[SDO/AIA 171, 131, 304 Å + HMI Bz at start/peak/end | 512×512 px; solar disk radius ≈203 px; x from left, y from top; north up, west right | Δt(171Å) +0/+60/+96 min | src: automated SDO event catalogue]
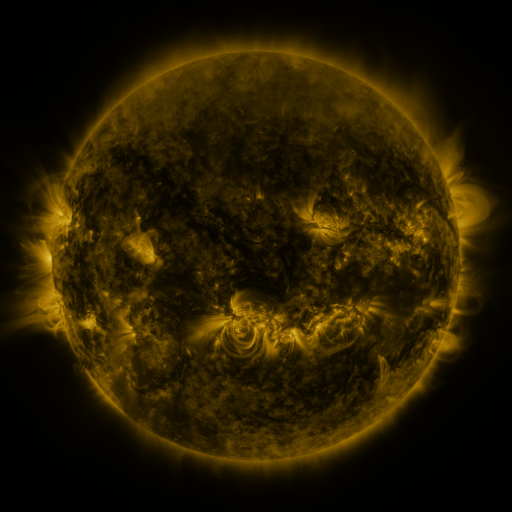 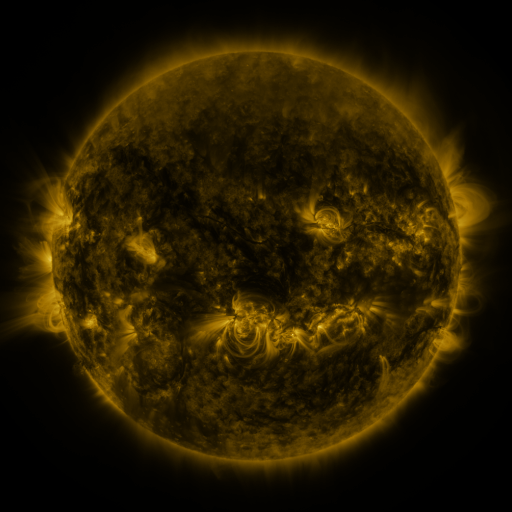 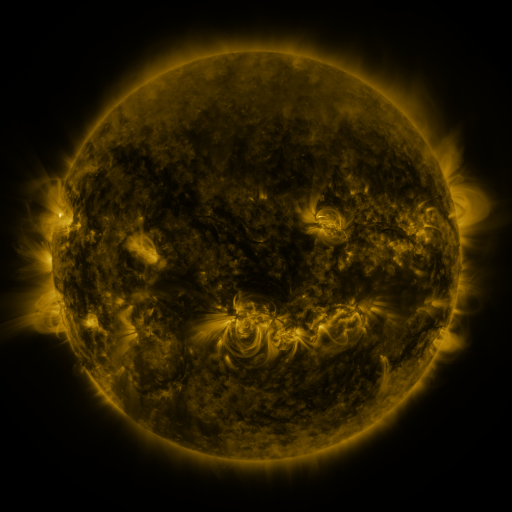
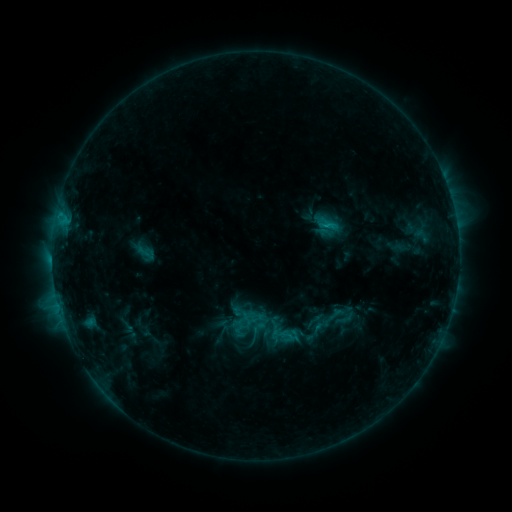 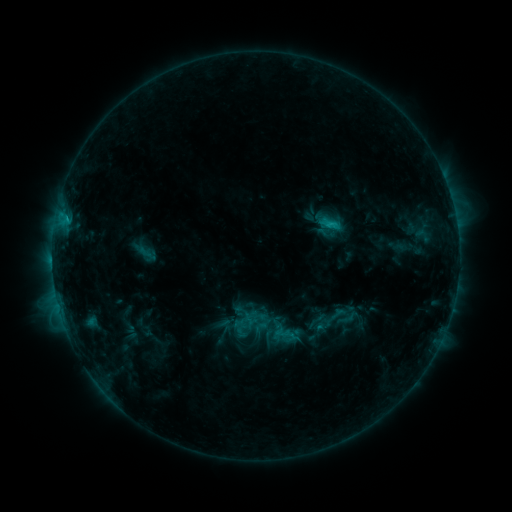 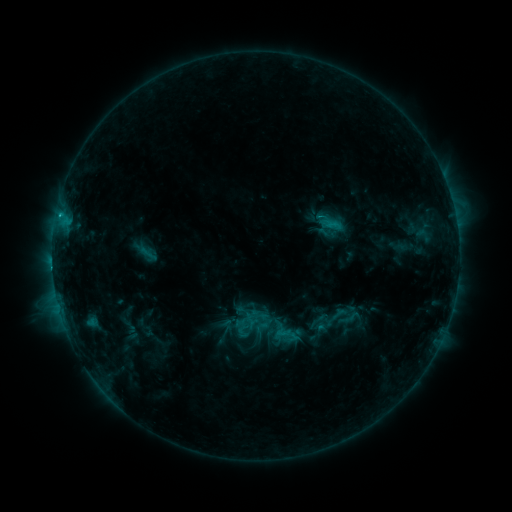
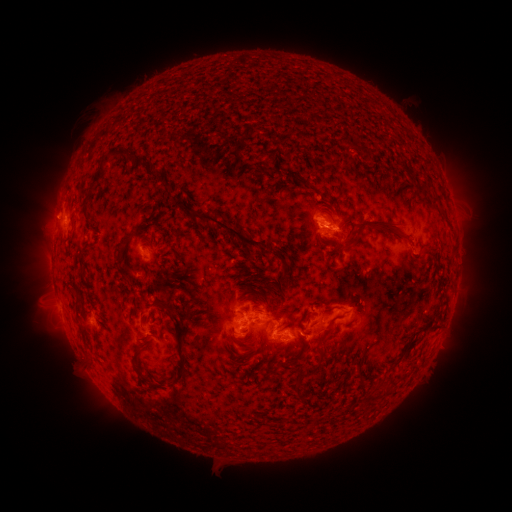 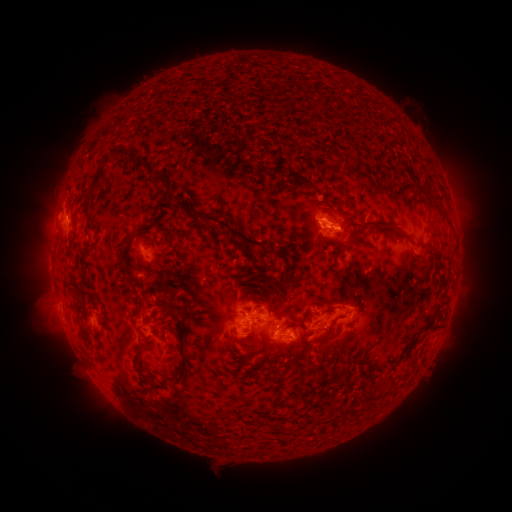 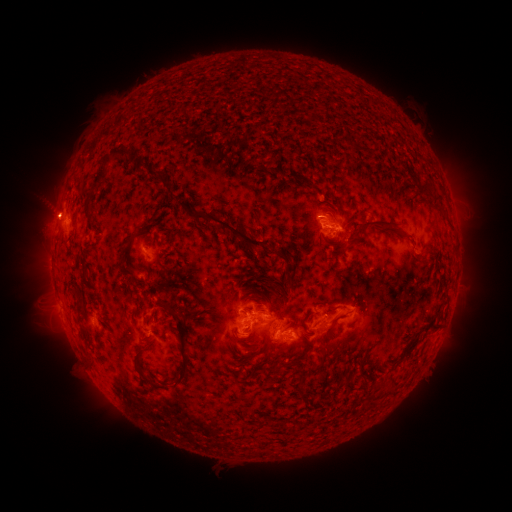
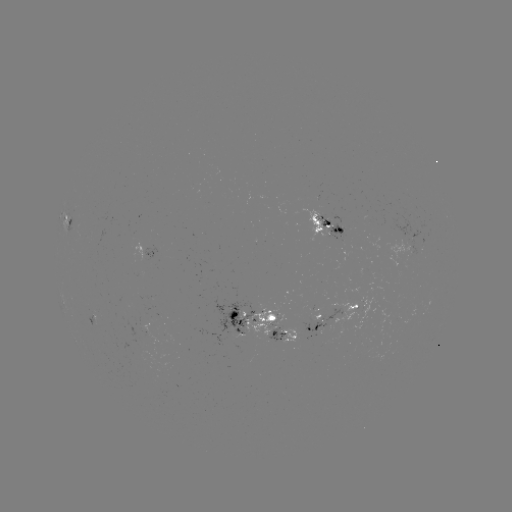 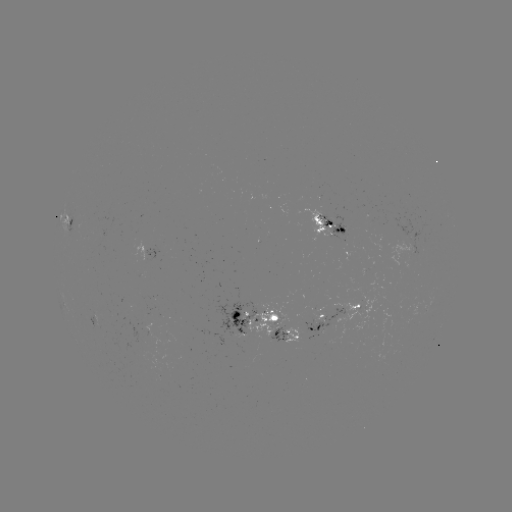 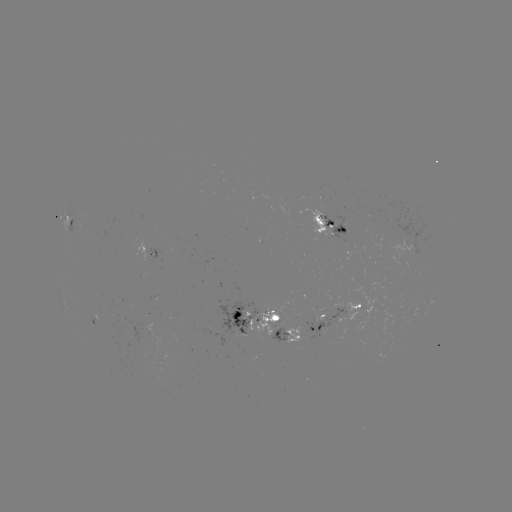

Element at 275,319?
emerging-flux region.